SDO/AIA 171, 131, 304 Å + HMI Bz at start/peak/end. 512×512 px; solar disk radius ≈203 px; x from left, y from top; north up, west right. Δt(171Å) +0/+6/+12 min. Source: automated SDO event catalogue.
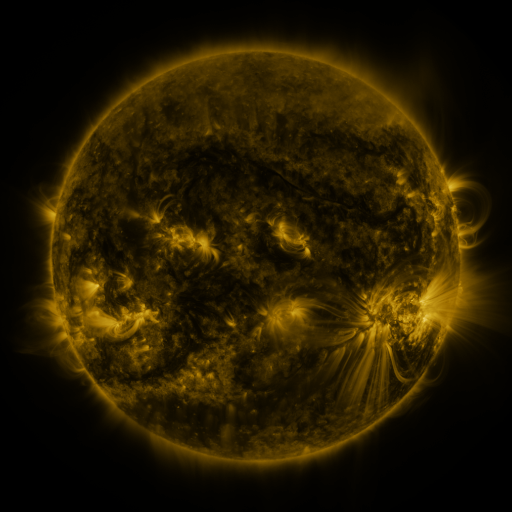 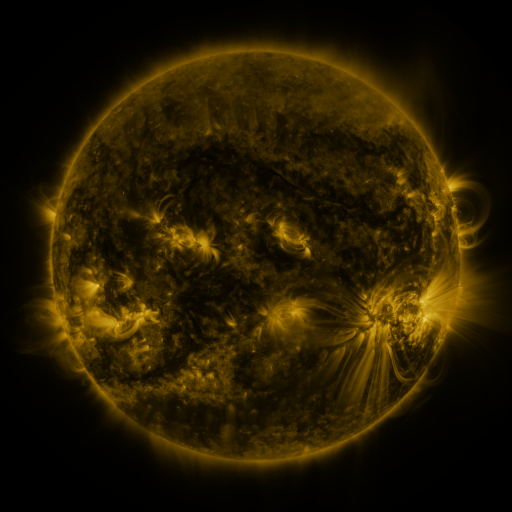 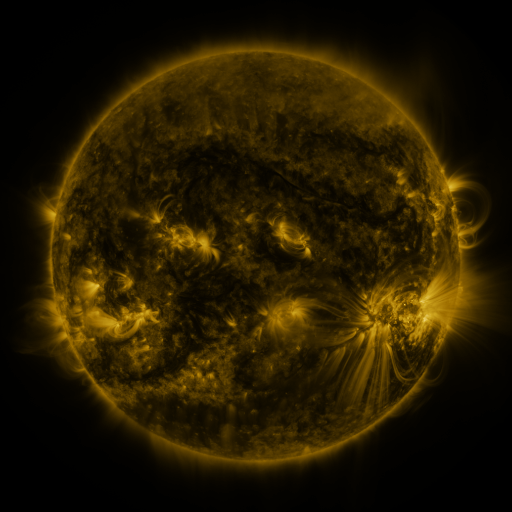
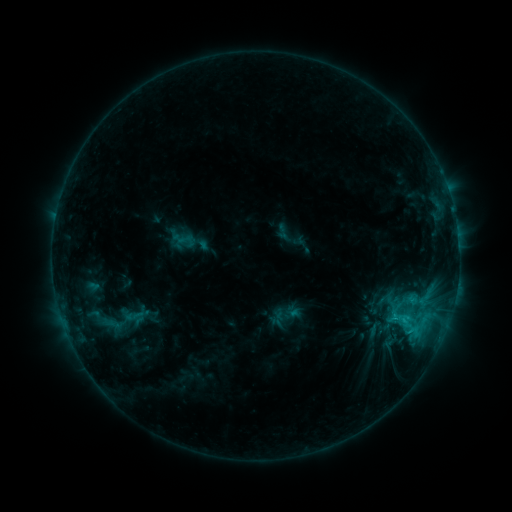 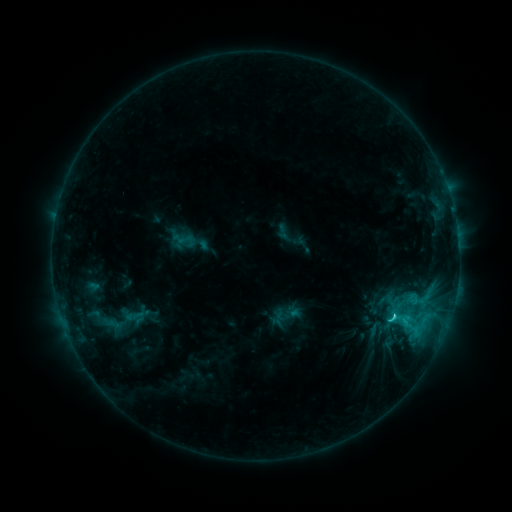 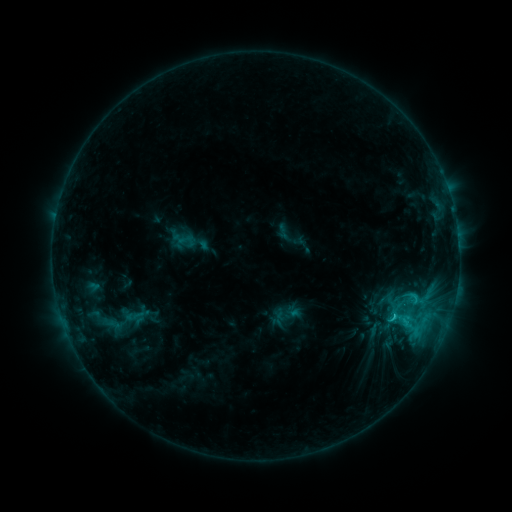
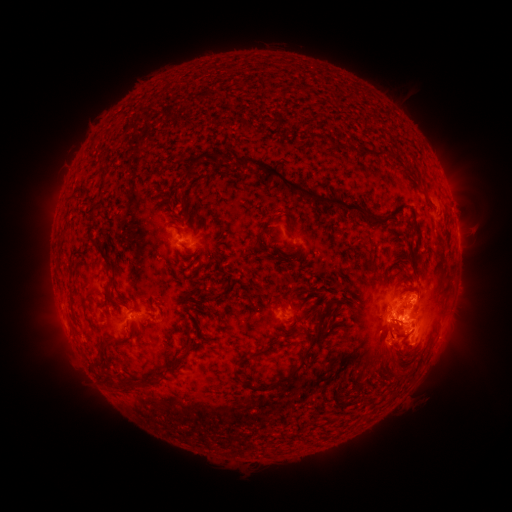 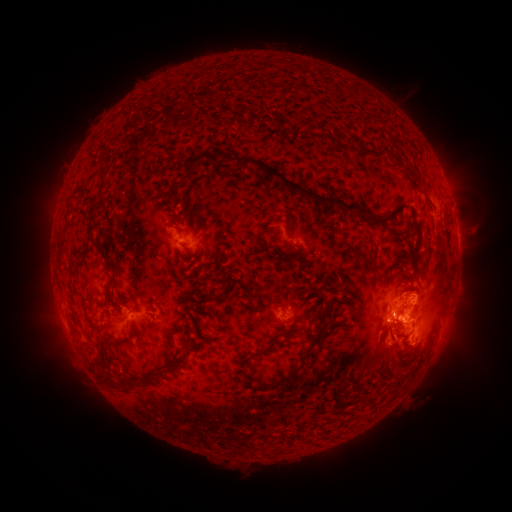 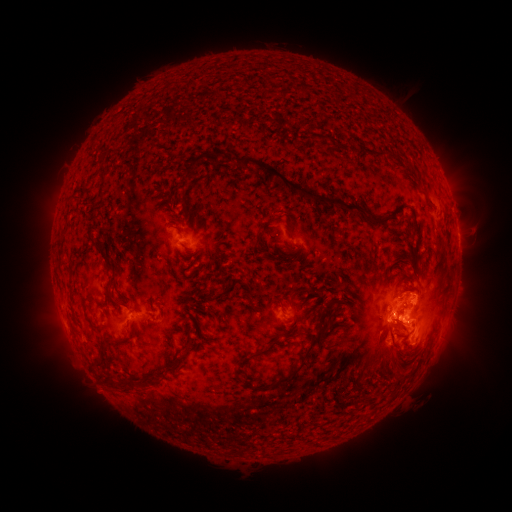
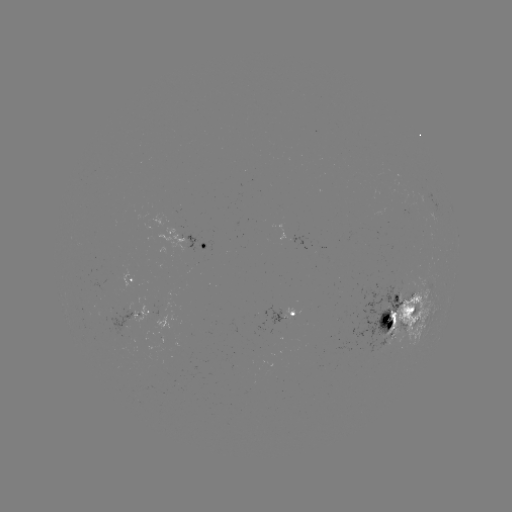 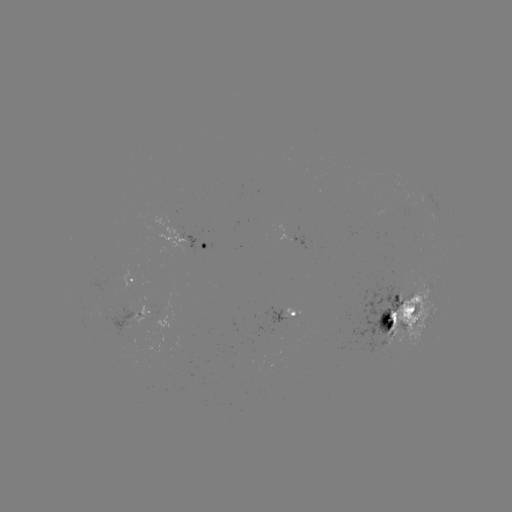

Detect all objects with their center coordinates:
C3.4 flare: (393, 313)
